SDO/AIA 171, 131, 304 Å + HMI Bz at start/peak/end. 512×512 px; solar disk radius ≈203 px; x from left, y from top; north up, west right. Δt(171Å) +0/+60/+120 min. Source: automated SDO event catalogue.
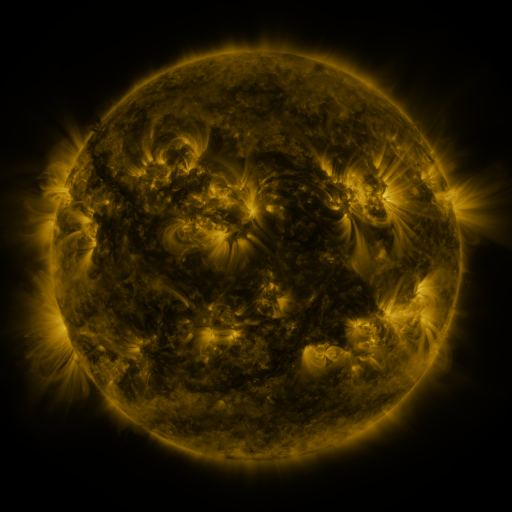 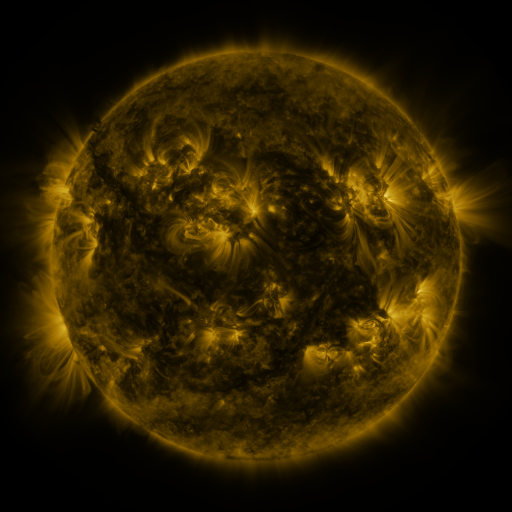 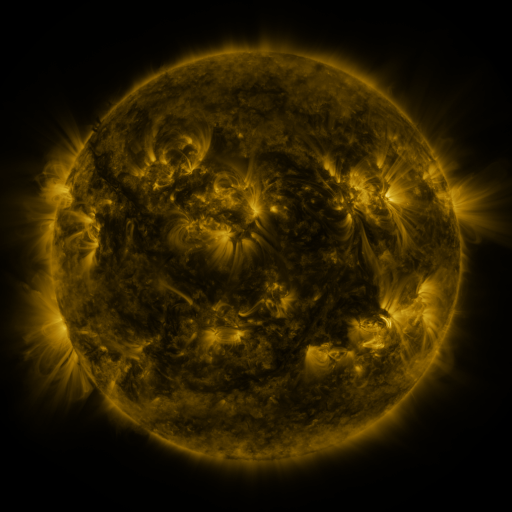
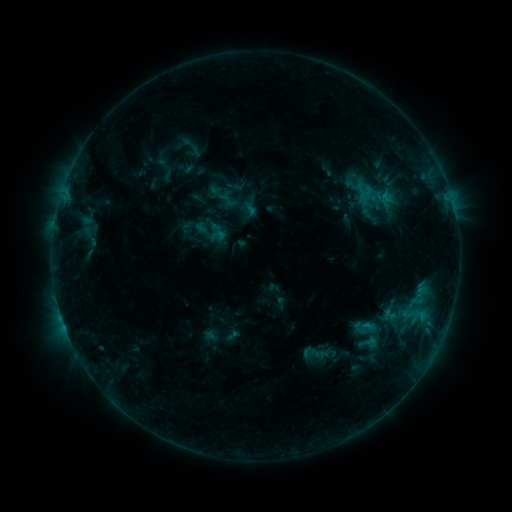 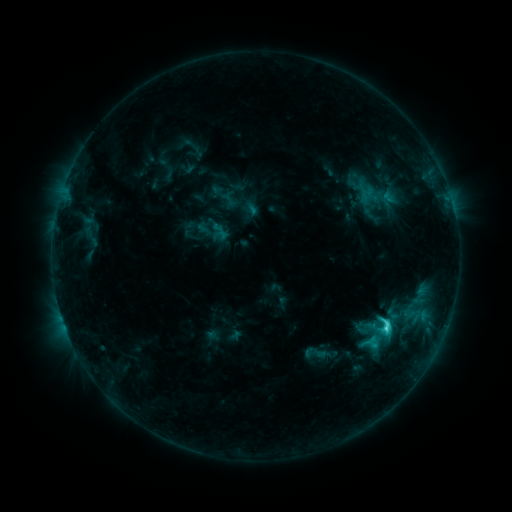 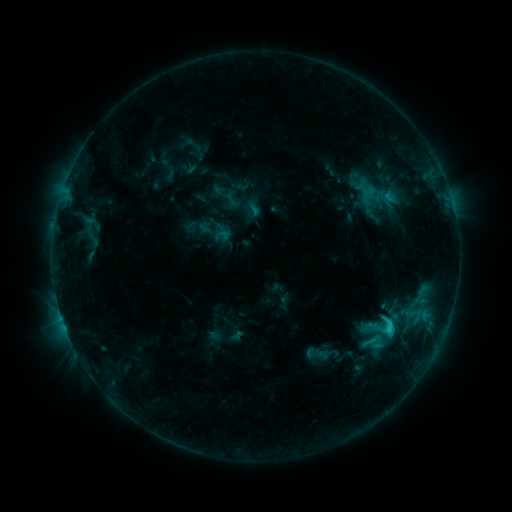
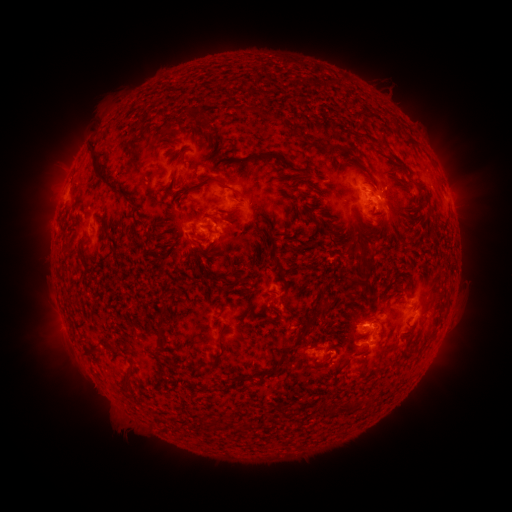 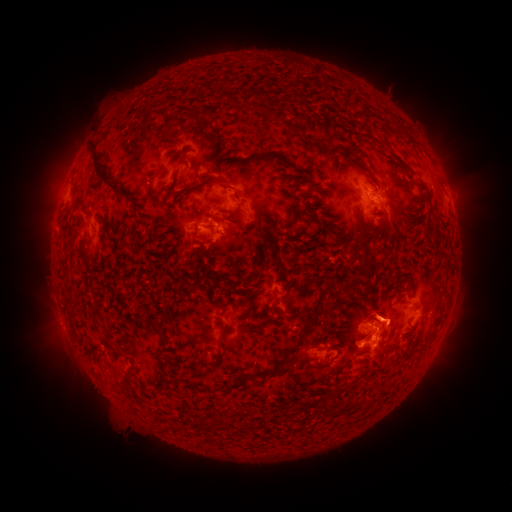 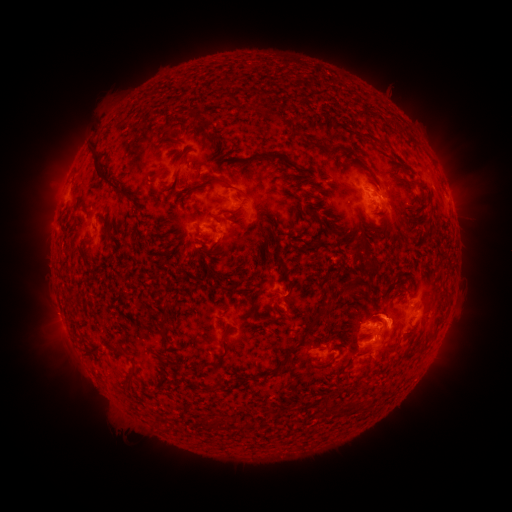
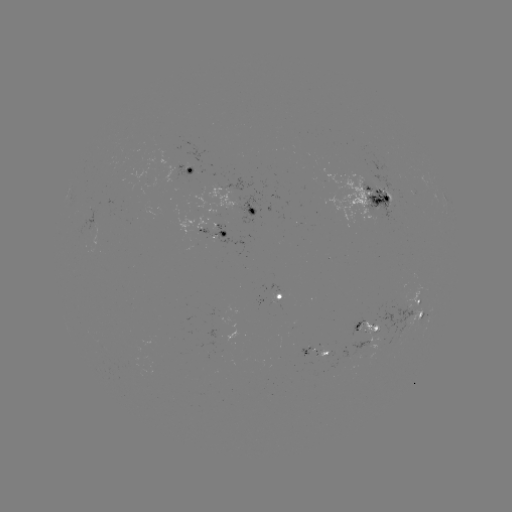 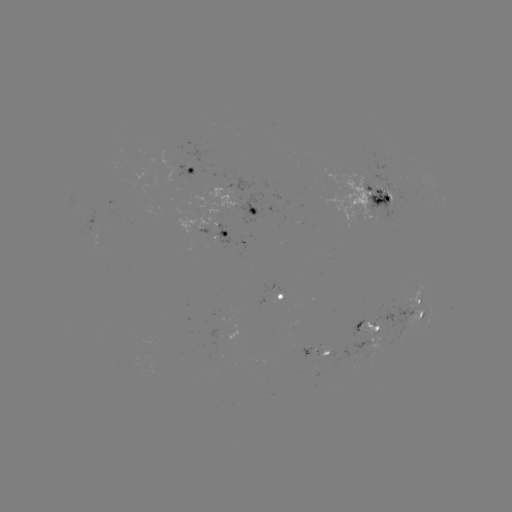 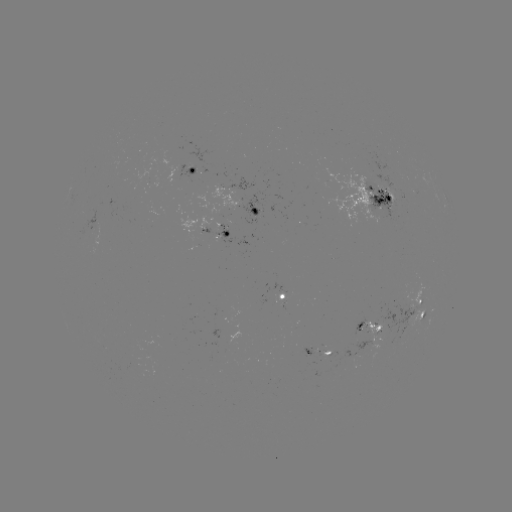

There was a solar flare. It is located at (385, 327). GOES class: C4.2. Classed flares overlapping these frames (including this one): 1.